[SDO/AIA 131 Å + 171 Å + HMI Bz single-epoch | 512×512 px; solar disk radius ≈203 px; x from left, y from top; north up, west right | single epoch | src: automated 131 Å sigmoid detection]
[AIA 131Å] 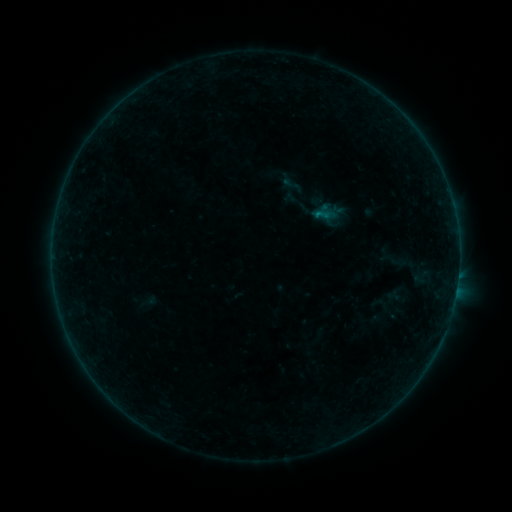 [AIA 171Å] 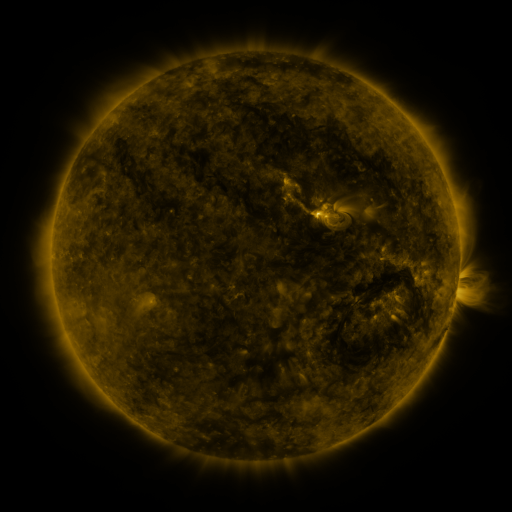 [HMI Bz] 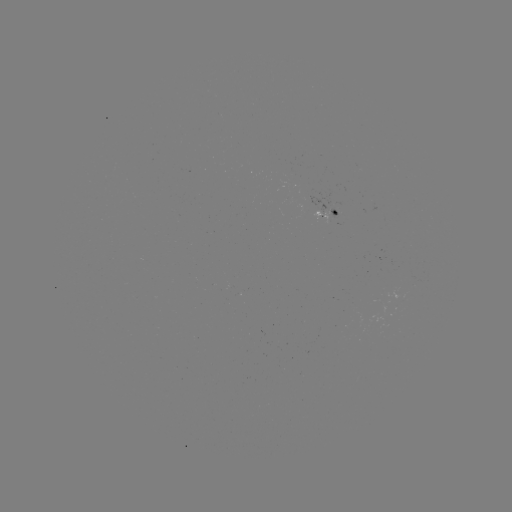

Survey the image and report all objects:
sigmoid: (279, 174, 305, 196)
sigmoid: (392, 251, 415, 275)
